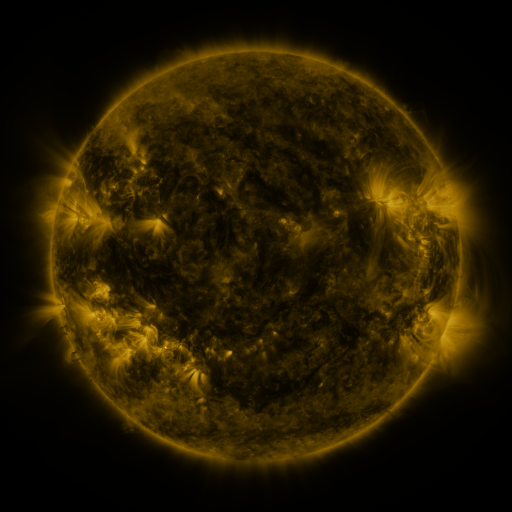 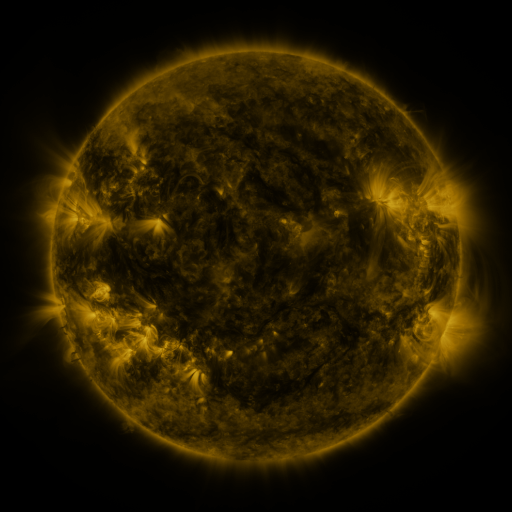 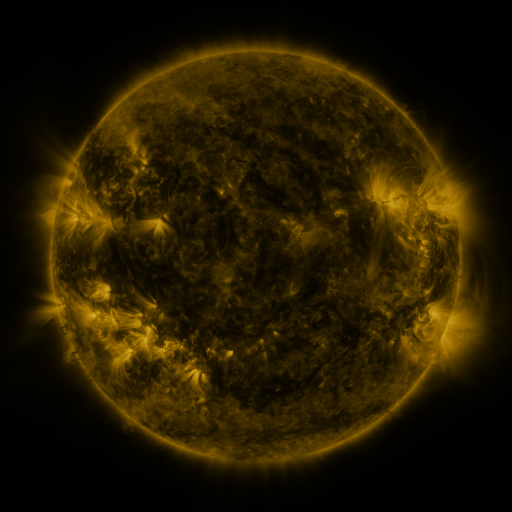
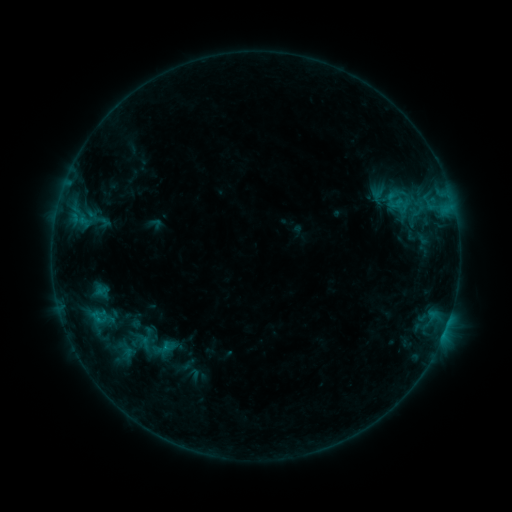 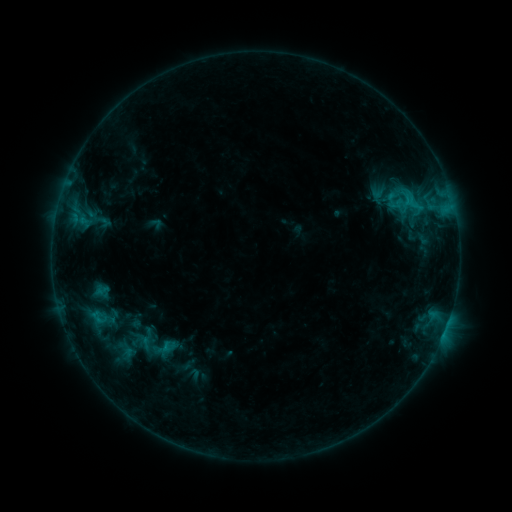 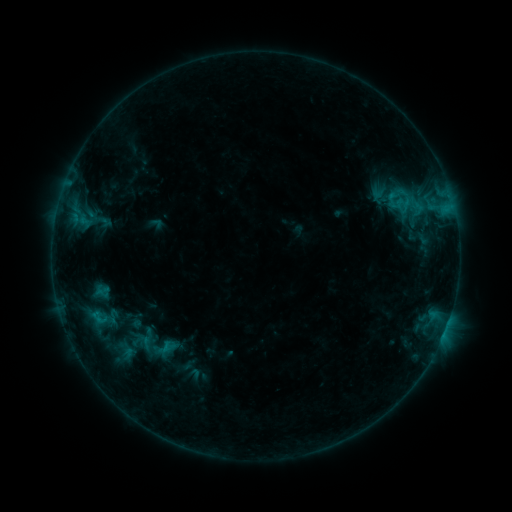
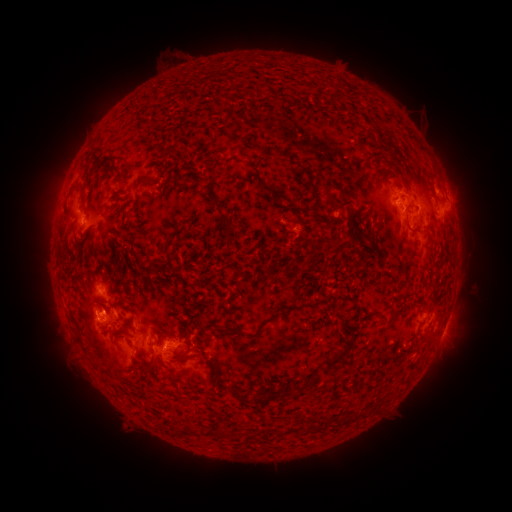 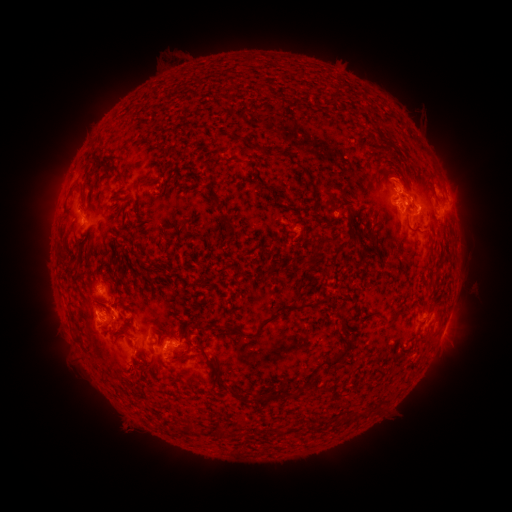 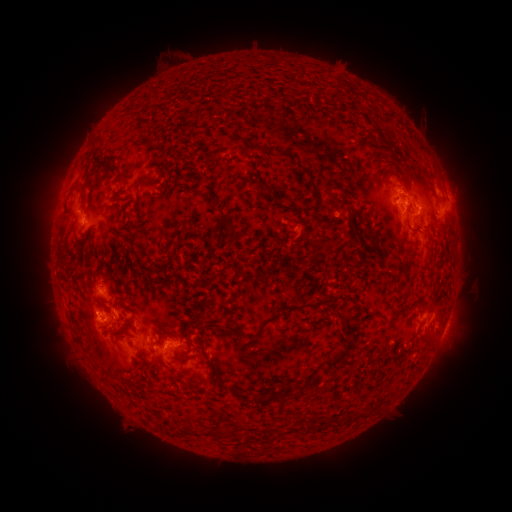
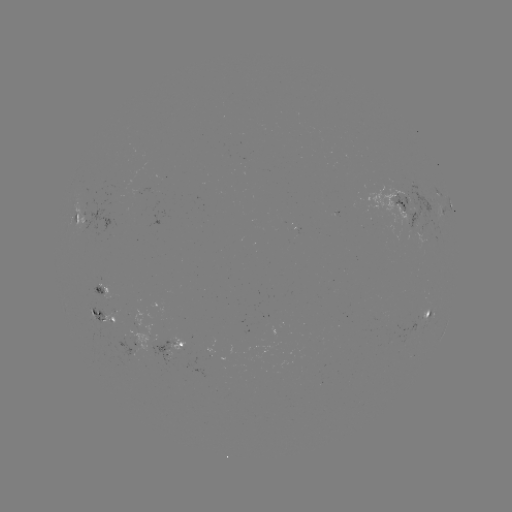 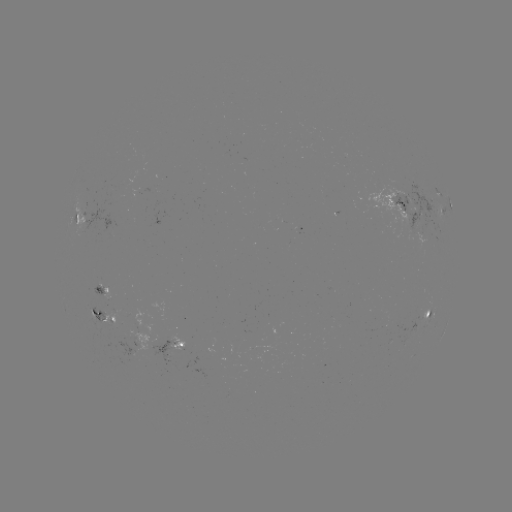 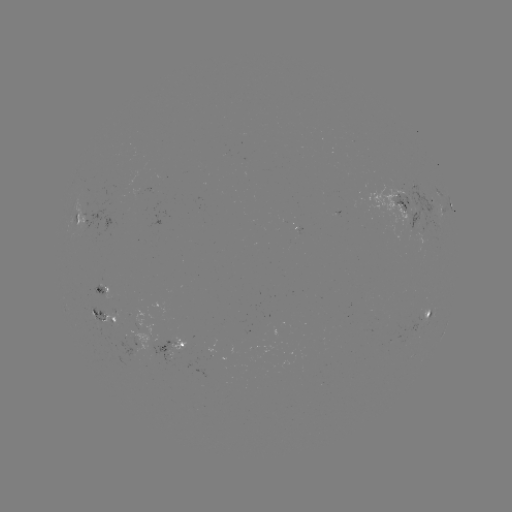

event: flare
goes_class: C1.1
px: (413, 207)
